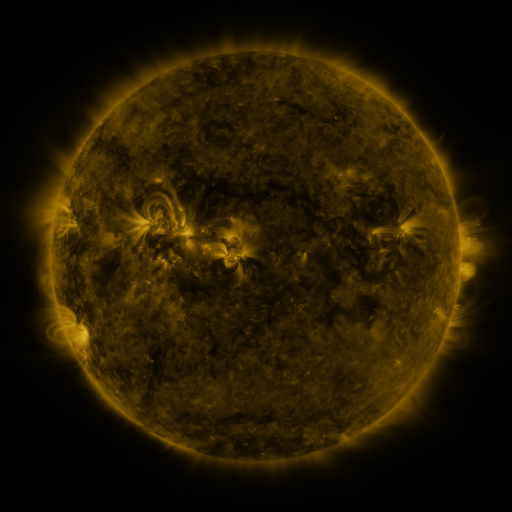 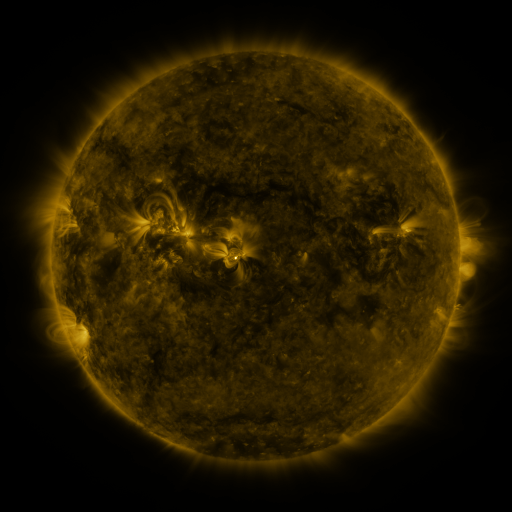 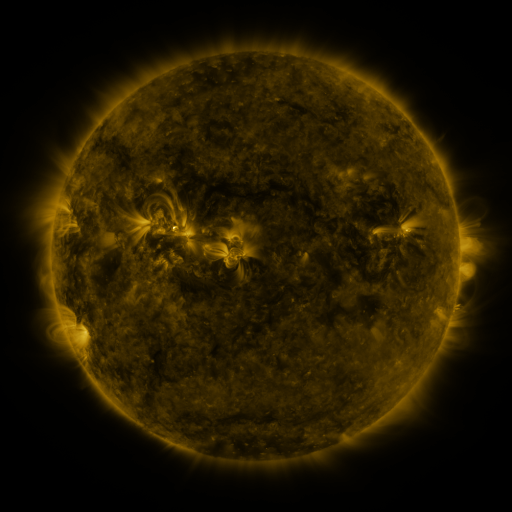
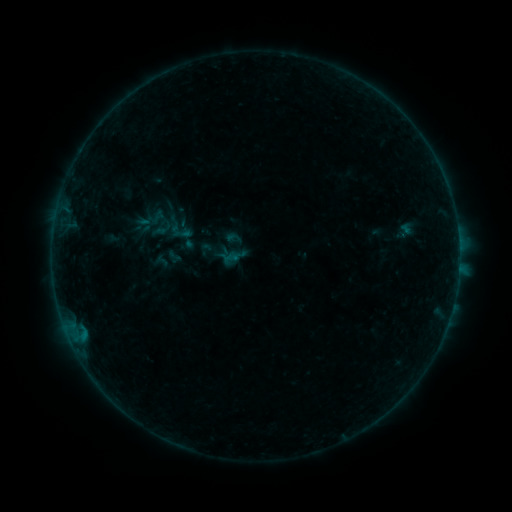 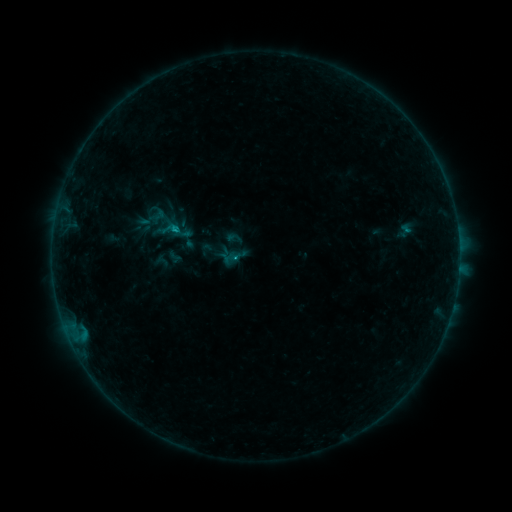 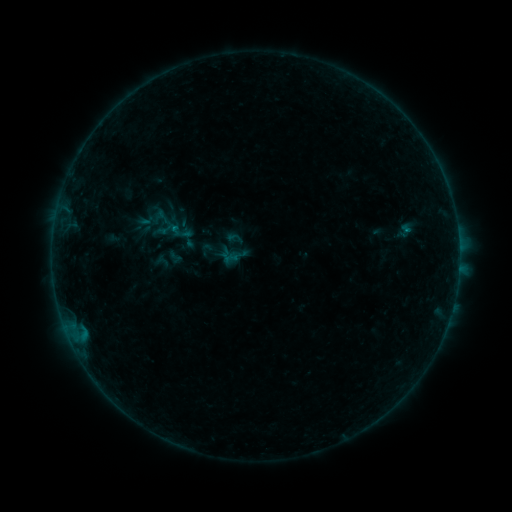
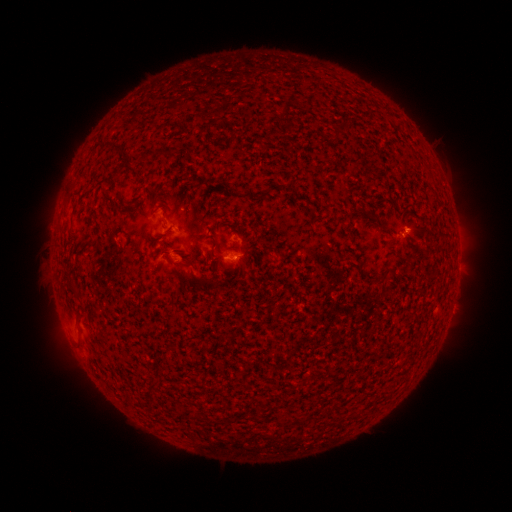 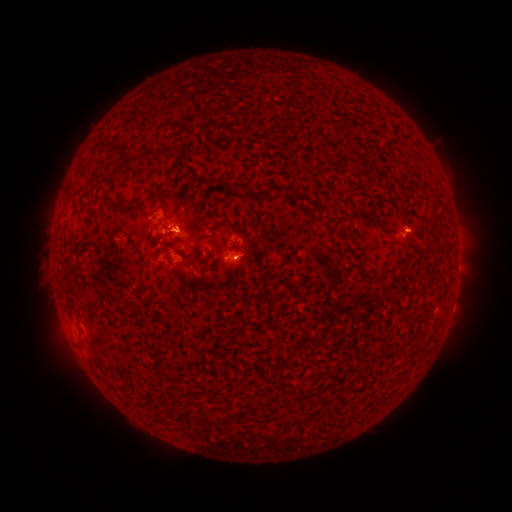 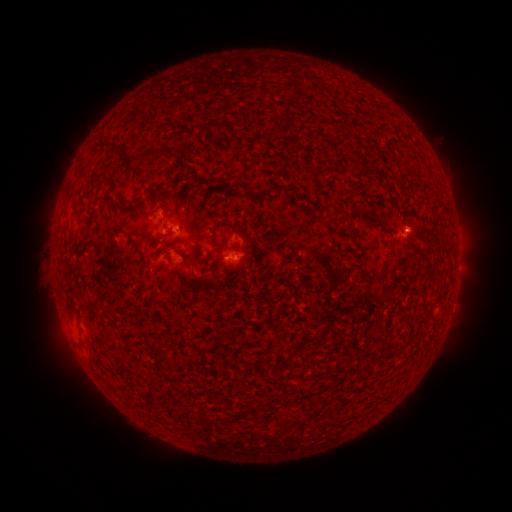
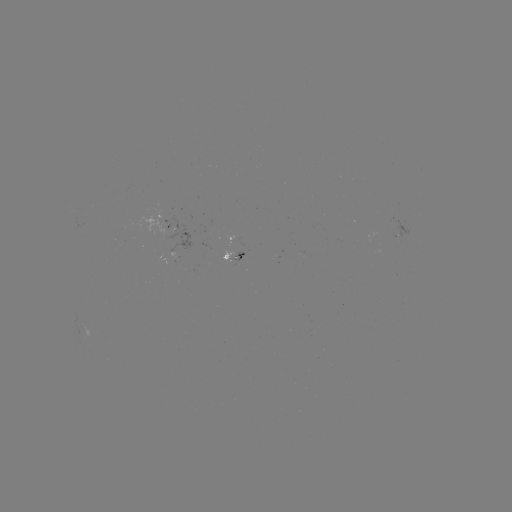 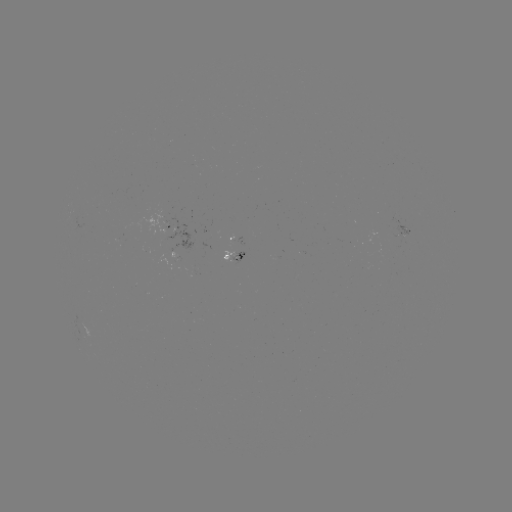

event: flare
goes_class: B5.3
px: (175, 229)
